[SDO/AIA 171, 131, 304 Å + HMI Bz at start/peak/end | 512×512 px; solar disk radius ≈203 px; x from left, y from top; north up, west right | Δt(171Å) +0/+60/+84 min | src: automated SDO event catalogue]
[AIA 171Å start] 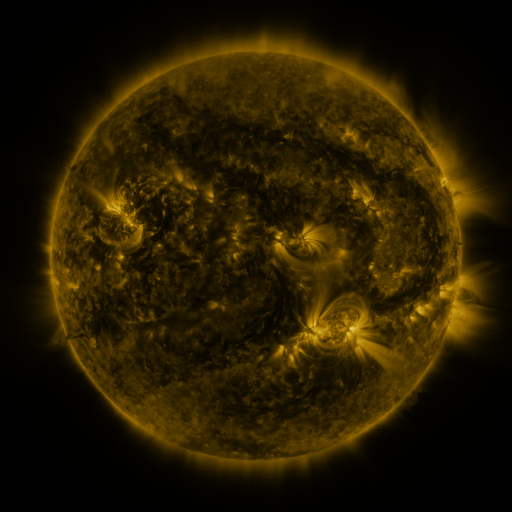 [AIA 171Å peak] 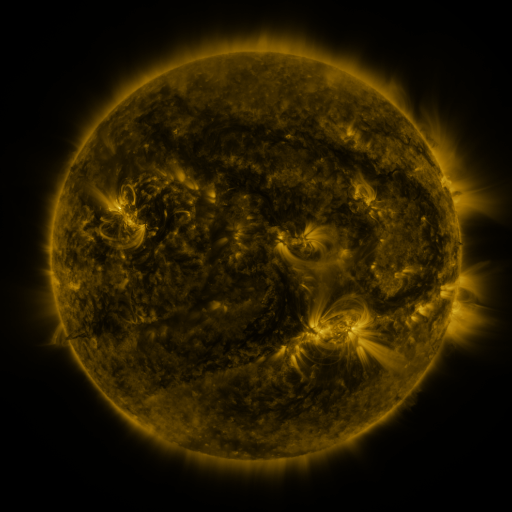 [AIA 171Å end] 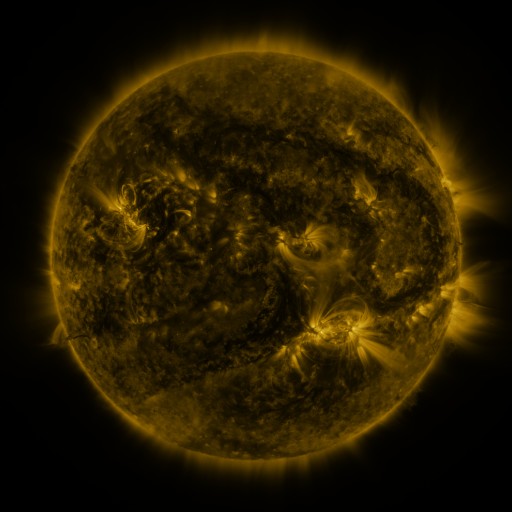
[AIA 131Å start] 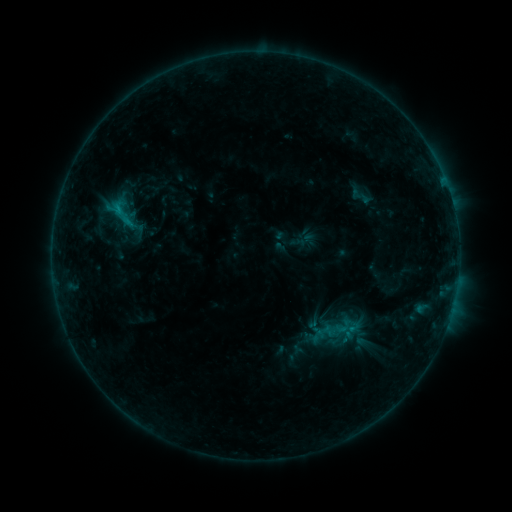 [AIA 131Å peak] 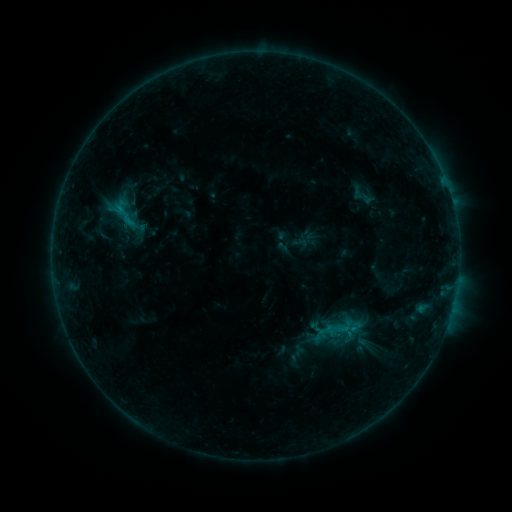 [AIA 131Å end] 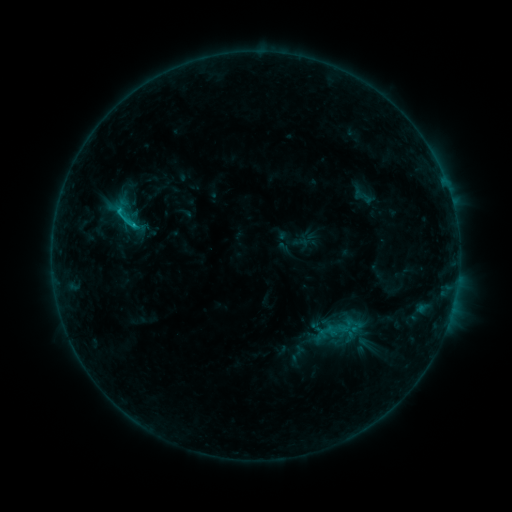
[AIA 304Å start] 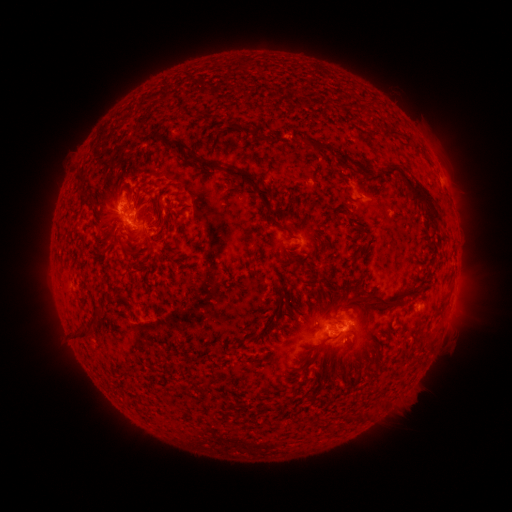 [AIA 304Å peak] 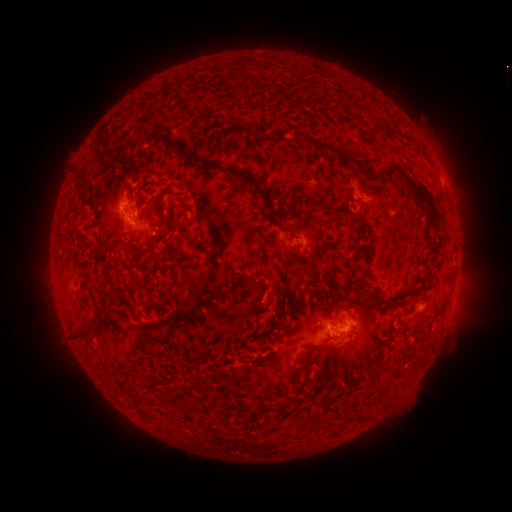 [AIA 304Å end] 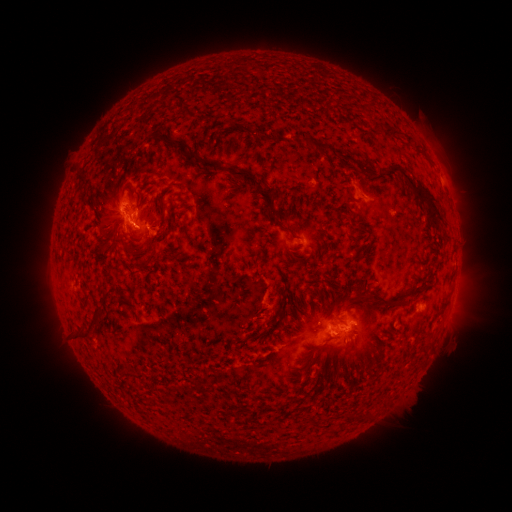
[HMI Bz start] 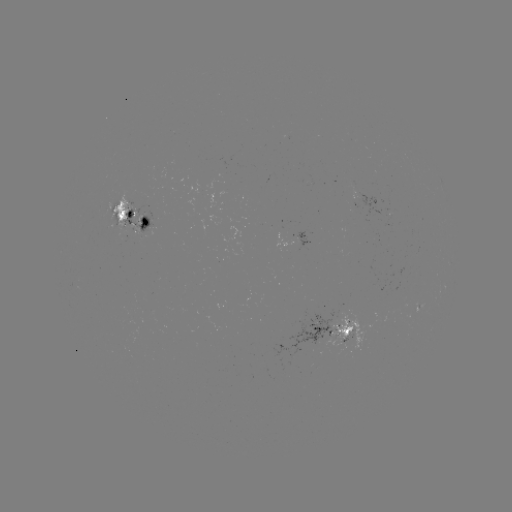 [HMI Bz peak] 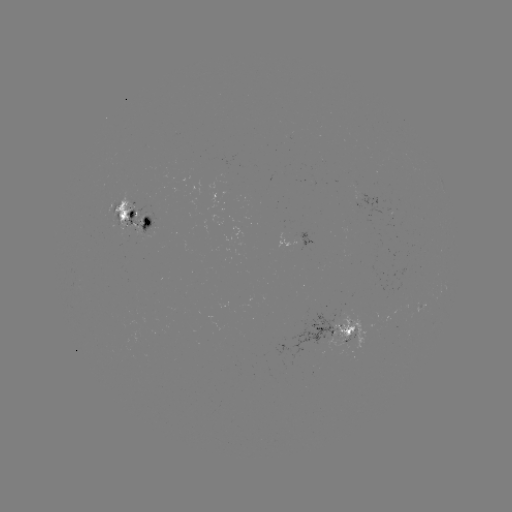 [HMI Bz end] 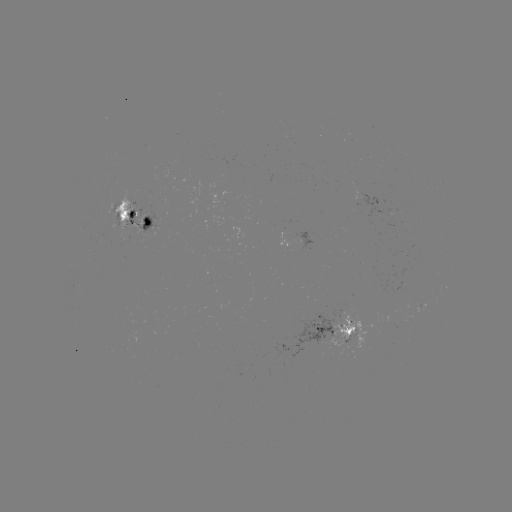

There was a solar emerging-flux region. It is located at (351, 332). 